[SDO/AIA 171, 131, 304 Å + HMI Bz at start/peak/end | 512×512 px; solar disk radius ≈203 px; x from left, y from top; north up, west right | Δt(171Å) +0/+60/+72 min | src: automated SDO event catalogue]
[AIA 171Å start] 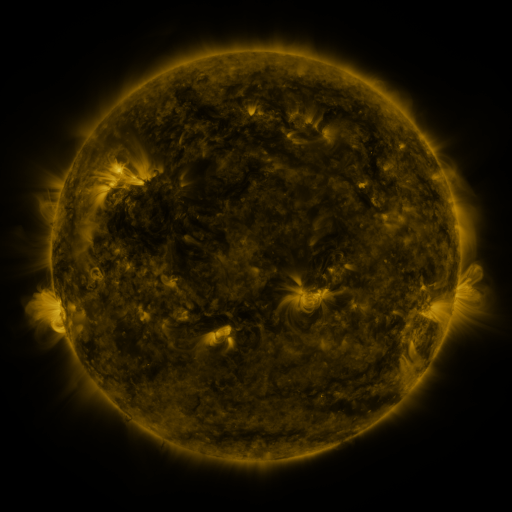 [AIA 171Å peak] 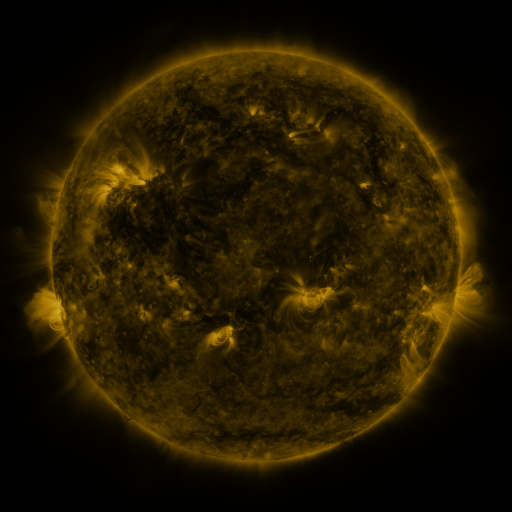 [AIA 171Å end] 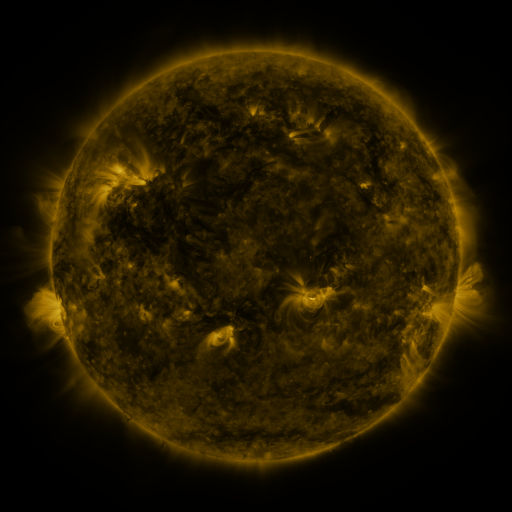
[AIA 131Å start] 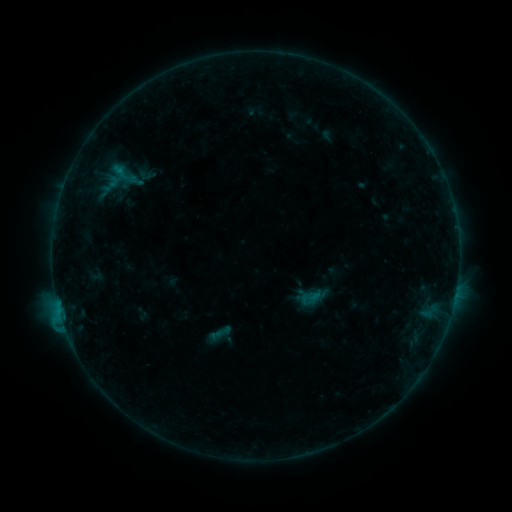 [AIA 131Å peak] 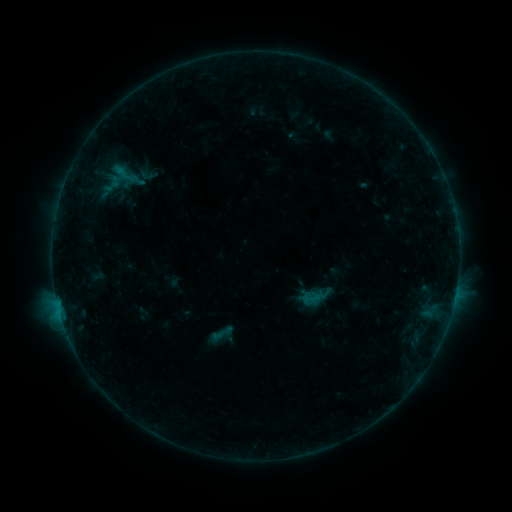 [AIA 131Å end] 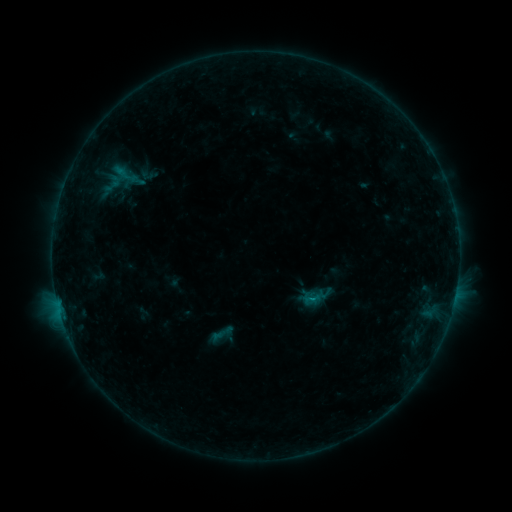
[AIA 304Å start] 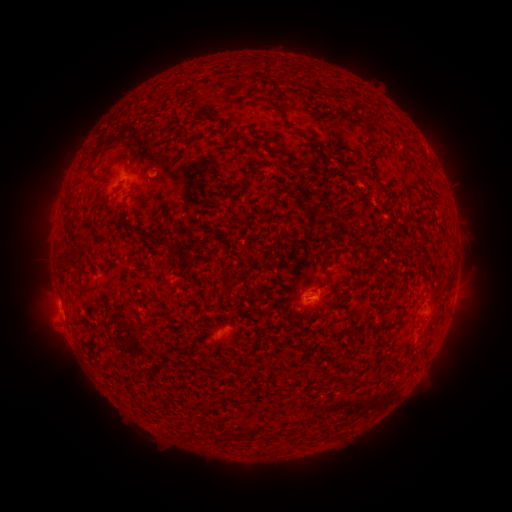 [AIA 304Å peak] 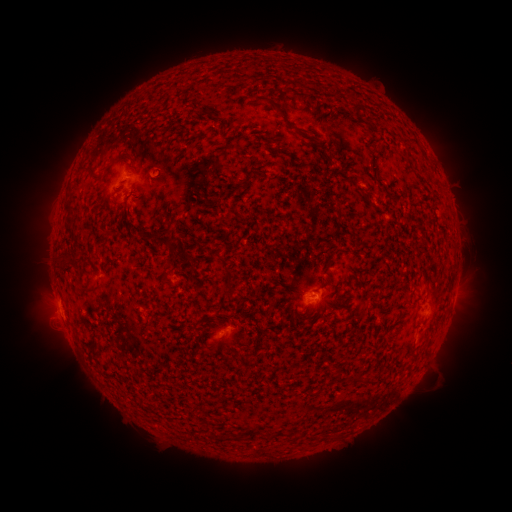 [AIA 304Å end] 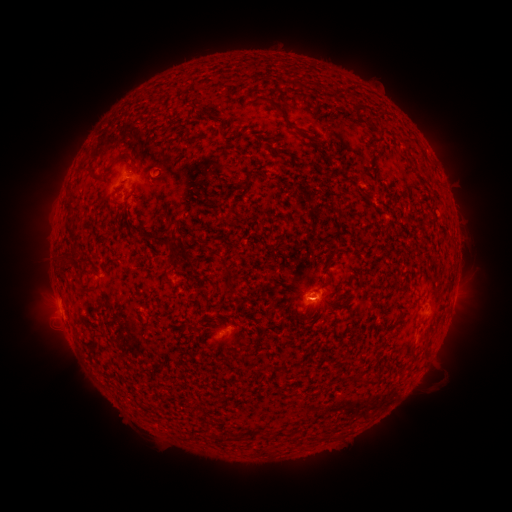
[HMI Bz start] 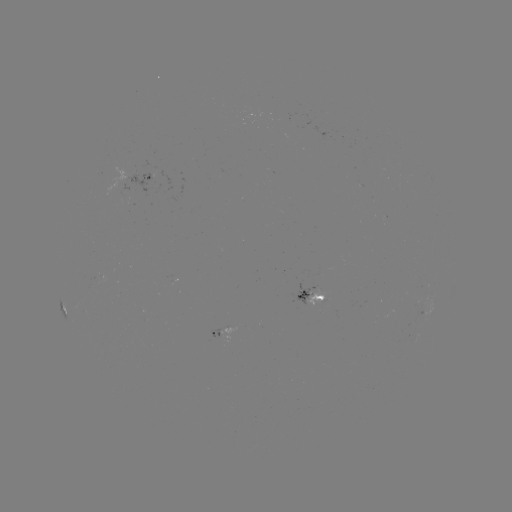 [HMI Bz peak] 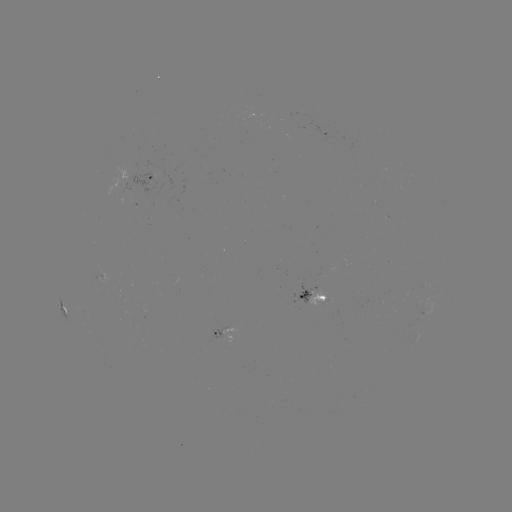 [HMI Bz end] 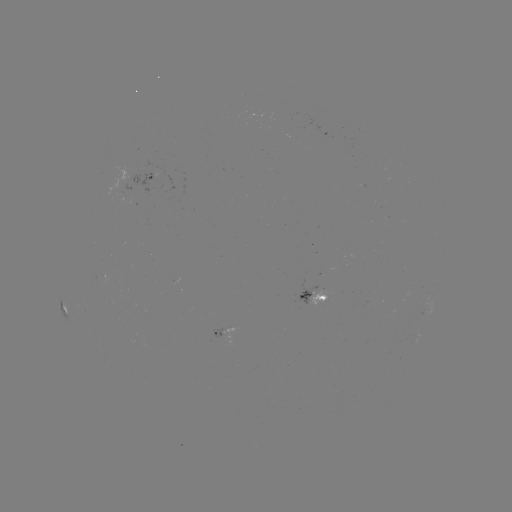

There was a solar emerging-flux region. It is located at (162, 174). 